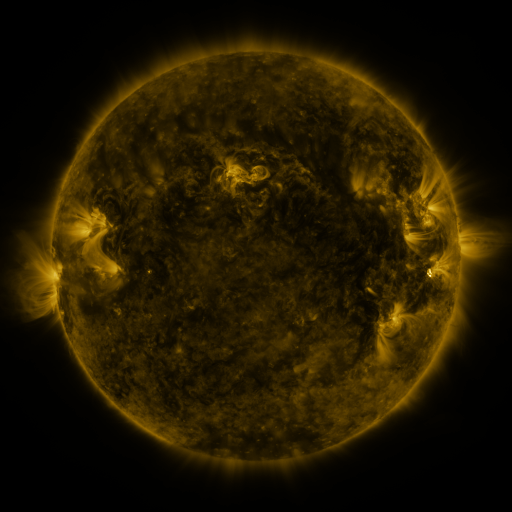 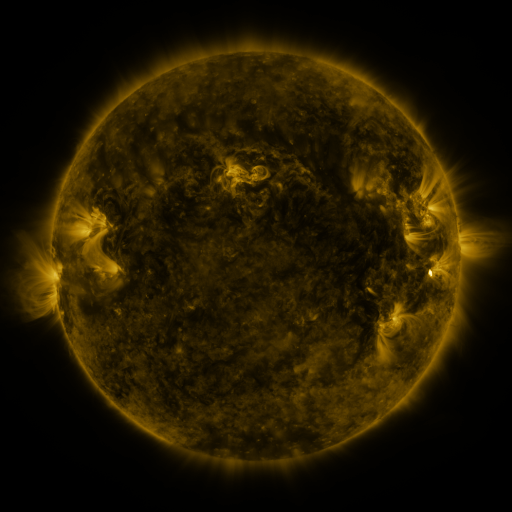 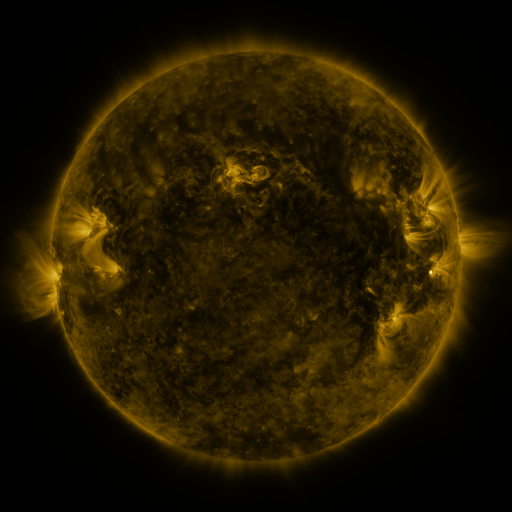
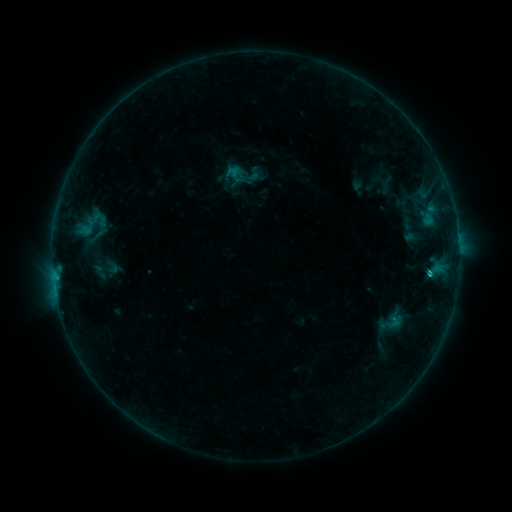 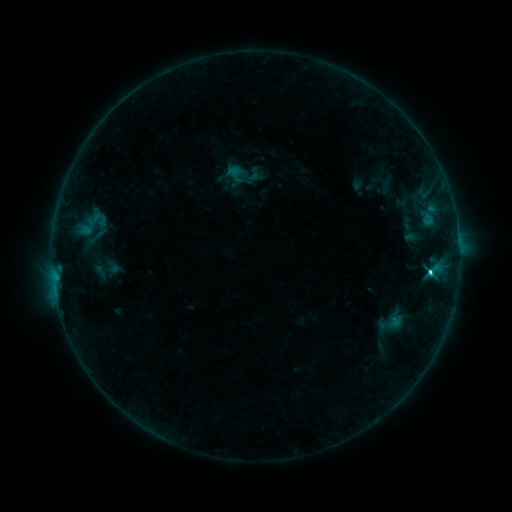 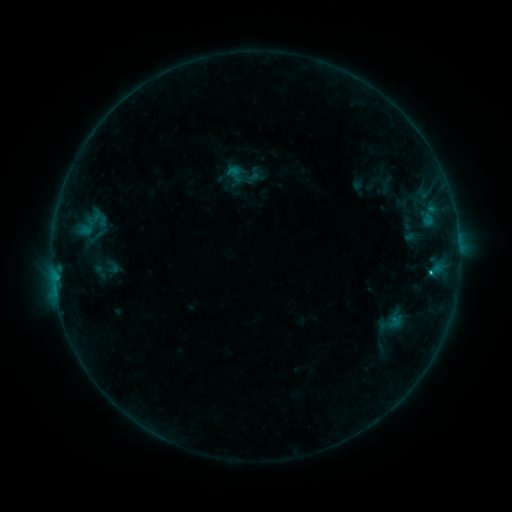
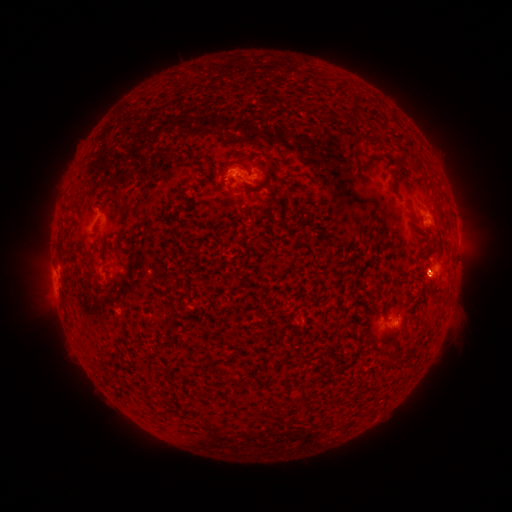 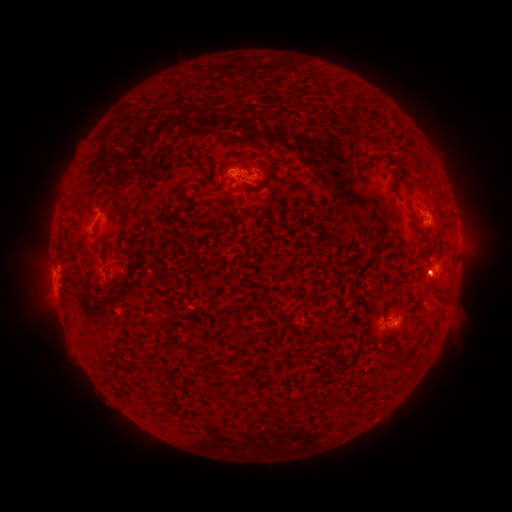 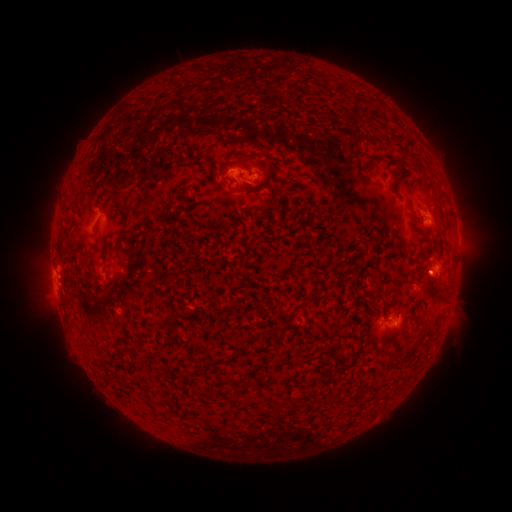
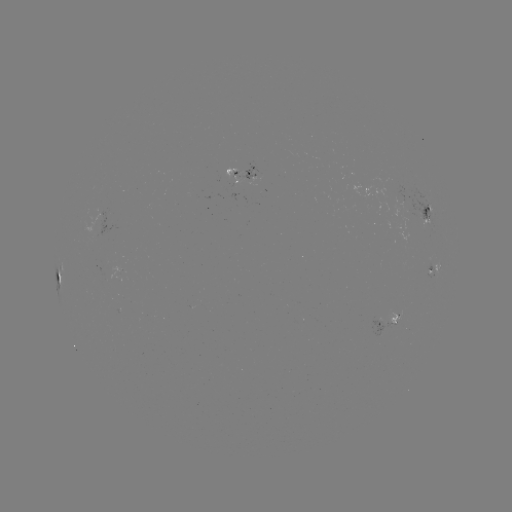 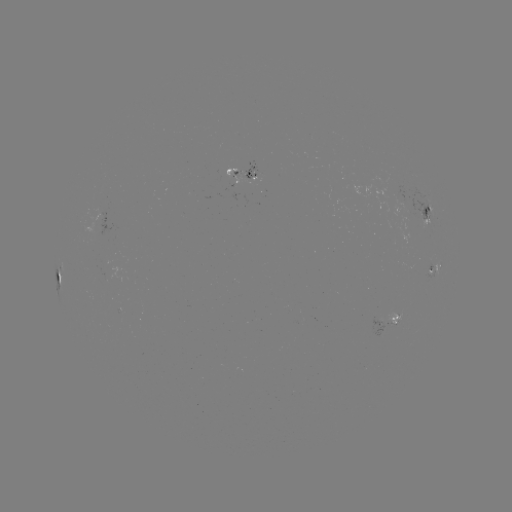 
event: eruption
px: (428, 297)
